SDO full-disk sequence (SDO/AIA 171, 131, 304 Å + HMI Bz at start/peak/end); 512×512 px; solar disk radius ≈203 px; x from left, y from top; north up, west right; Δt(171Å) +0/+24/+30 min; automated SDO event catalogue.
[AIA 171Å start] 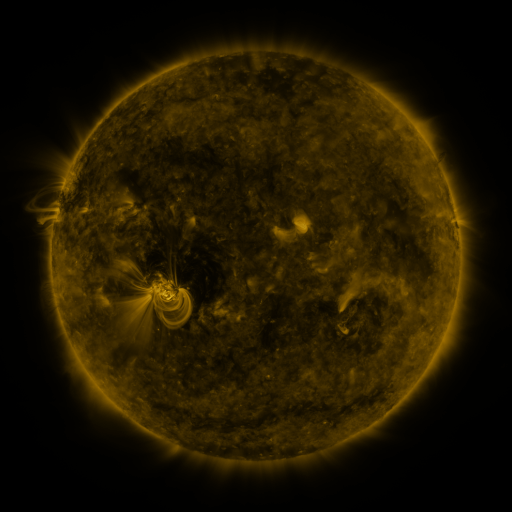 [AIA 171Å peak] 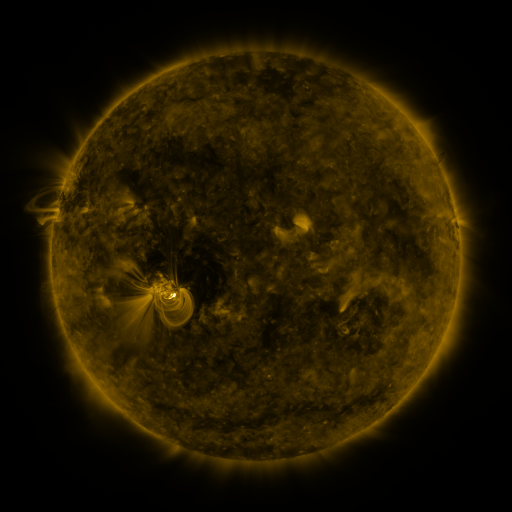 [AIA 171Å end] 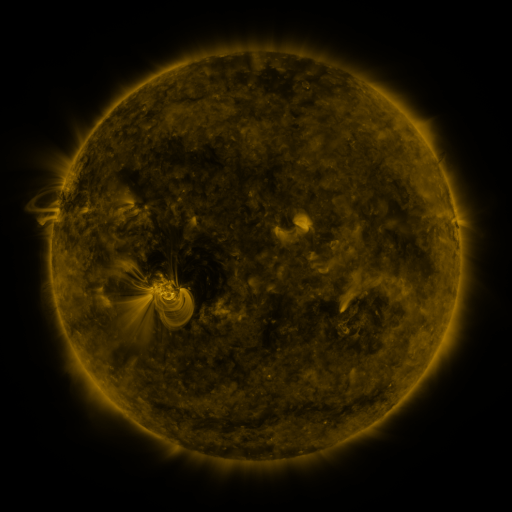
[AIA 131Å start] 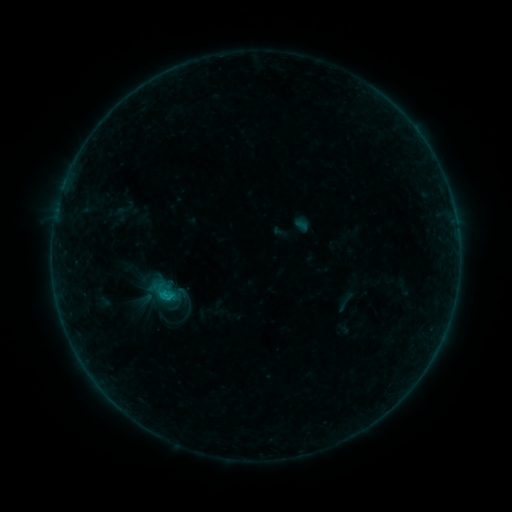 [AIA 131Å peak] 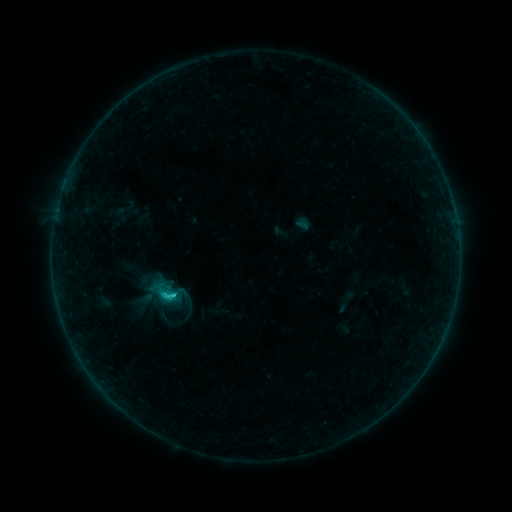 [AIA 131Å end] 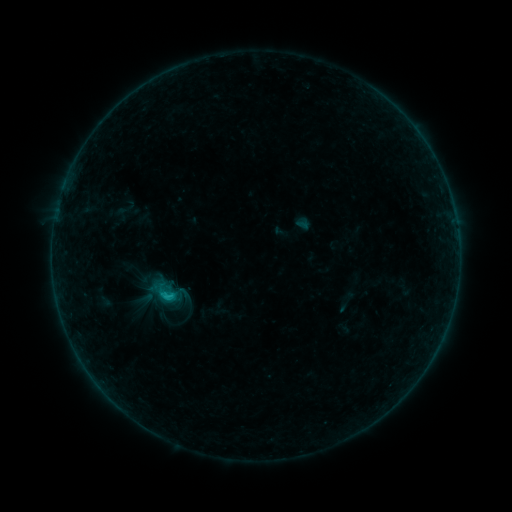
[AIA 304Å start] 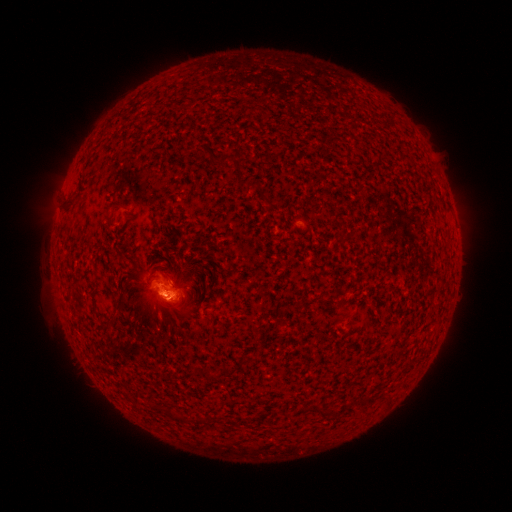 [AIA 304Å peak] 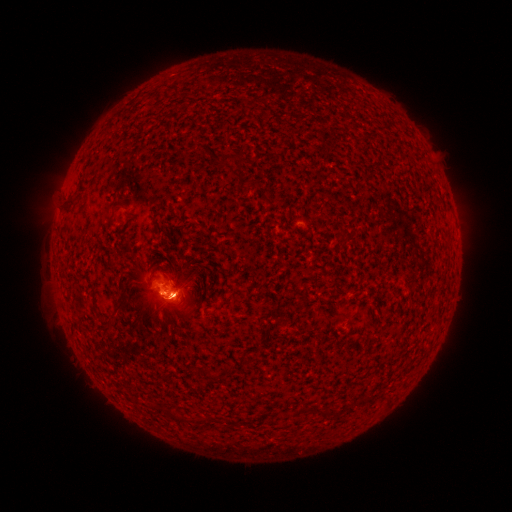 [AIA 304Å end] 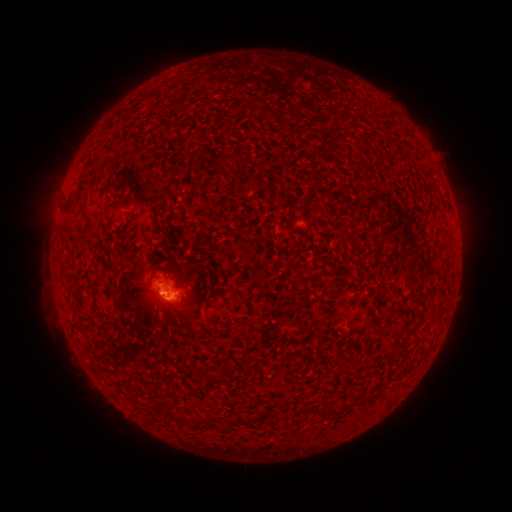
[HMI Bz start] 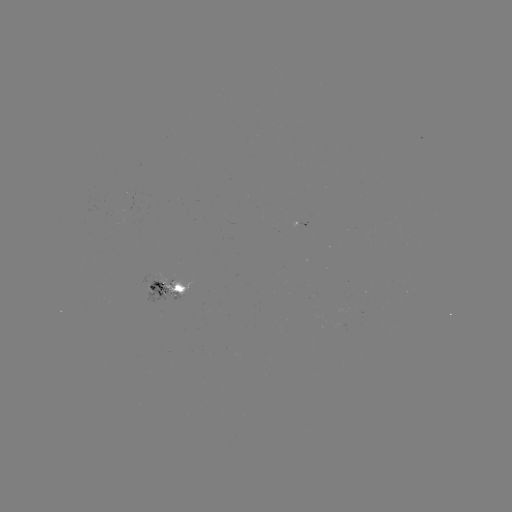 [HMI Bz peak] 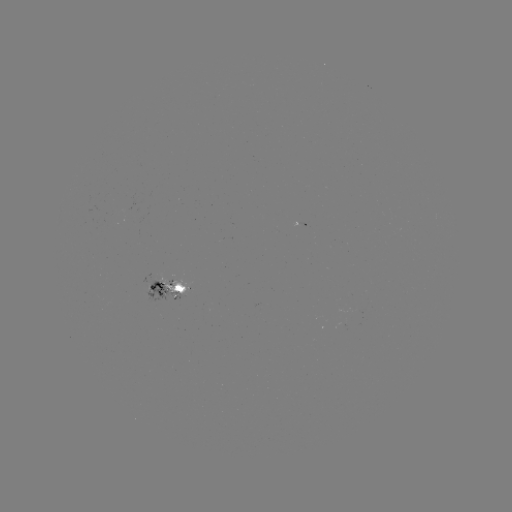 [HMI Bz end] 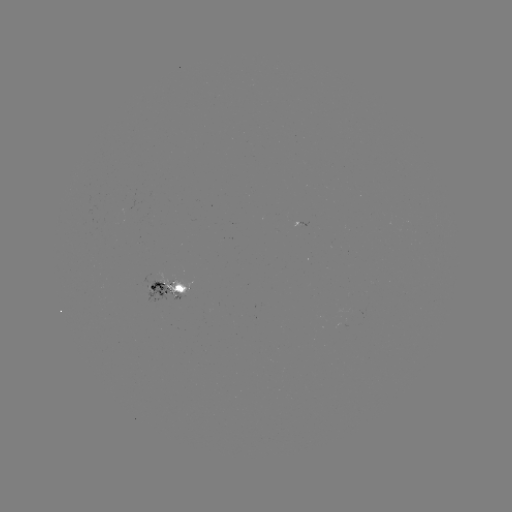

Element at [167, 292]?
B9.0 flare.